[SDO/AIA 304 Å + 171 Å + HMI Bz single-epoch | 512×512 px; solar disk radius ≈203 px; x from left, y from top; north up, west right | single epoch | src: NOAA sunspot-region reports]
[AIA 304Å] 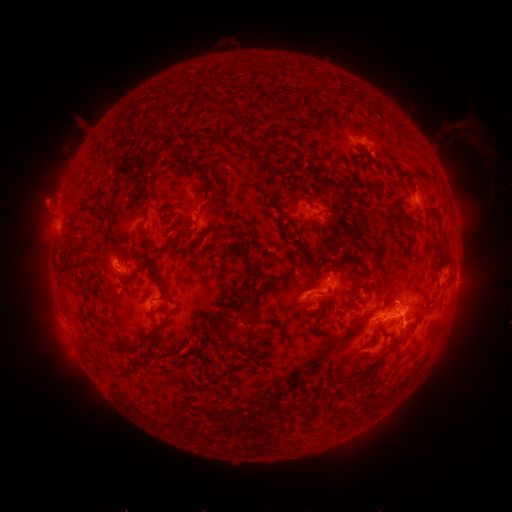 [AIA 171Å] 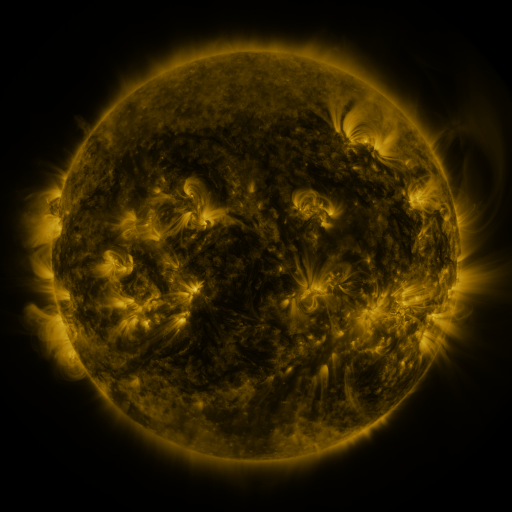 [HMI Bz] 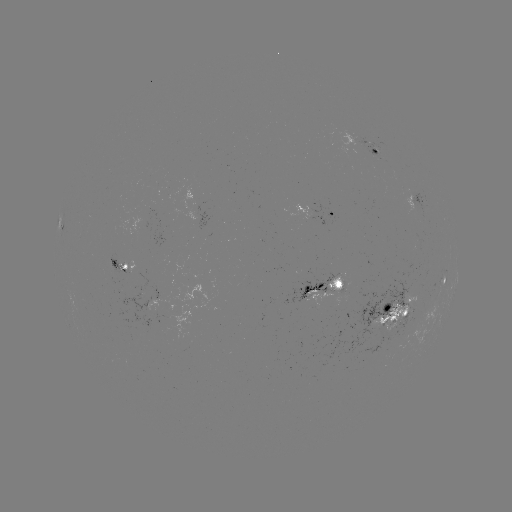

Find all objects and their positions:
spotted active region: (378, 156)
spotted active region: (417, 203)
spotted active region: (318, 215)
spotted active region: (130, 269)
spotted active region: (445, 282)
spotted active region: (327, 289)
spotted active region: (389, 318)
